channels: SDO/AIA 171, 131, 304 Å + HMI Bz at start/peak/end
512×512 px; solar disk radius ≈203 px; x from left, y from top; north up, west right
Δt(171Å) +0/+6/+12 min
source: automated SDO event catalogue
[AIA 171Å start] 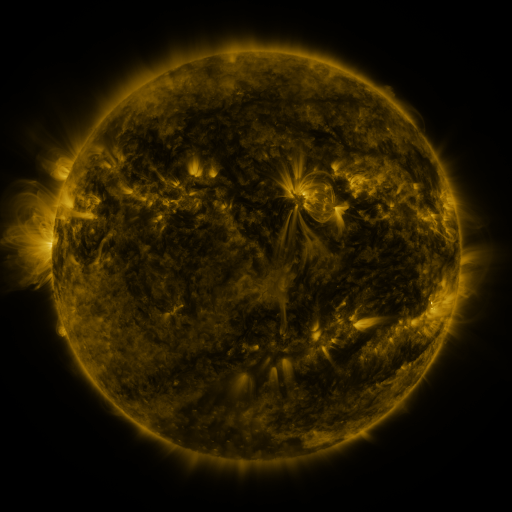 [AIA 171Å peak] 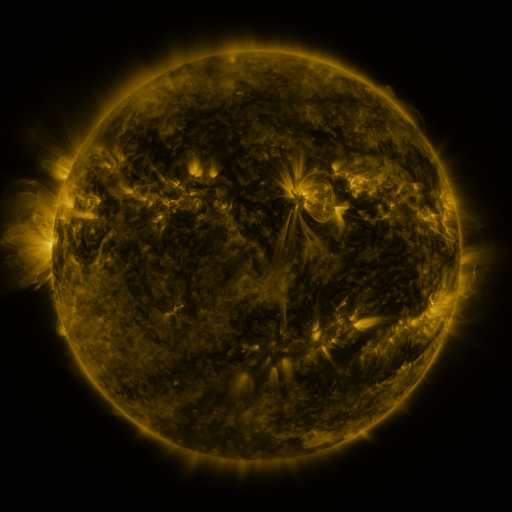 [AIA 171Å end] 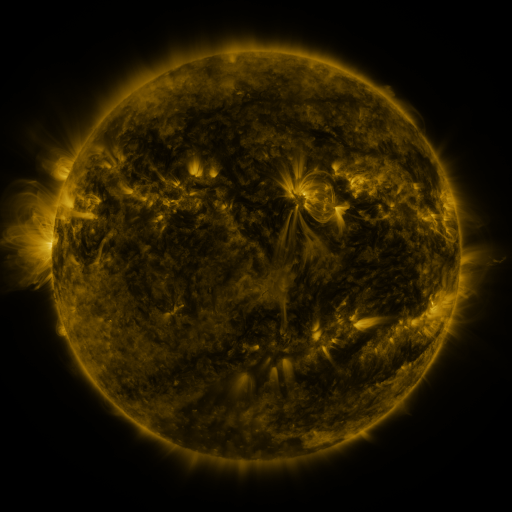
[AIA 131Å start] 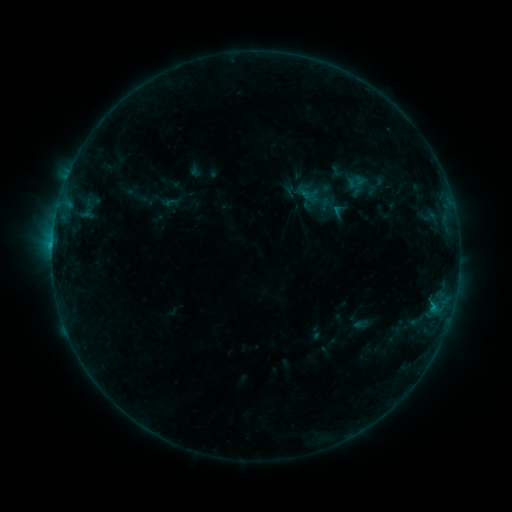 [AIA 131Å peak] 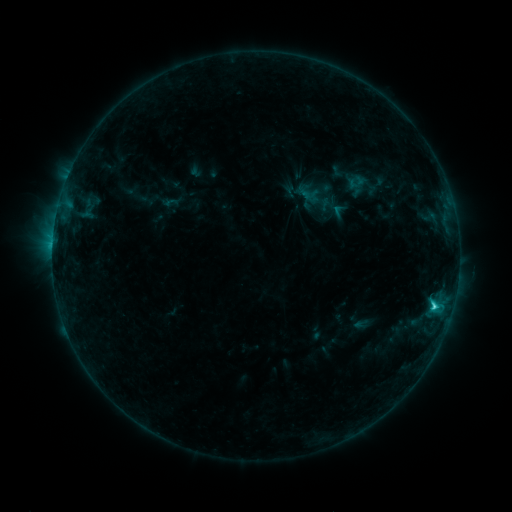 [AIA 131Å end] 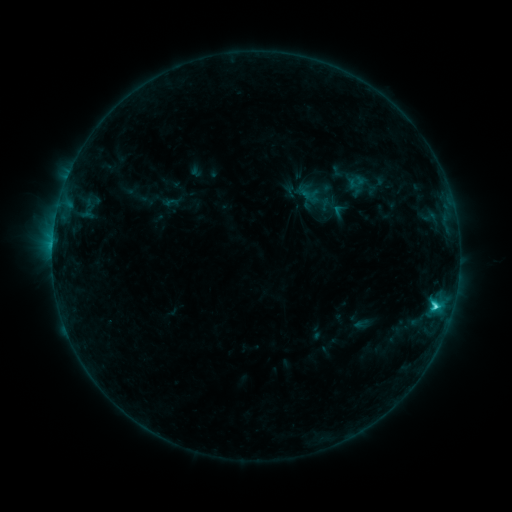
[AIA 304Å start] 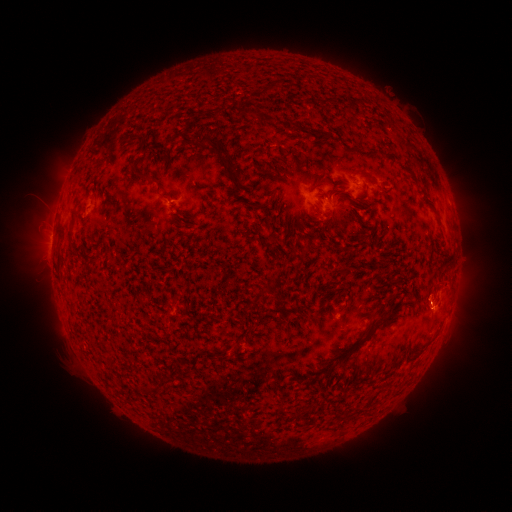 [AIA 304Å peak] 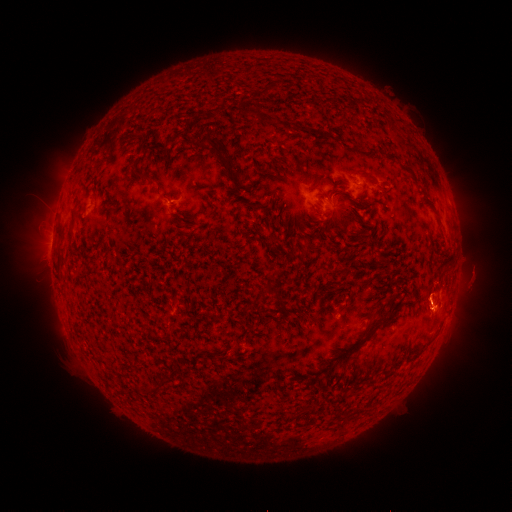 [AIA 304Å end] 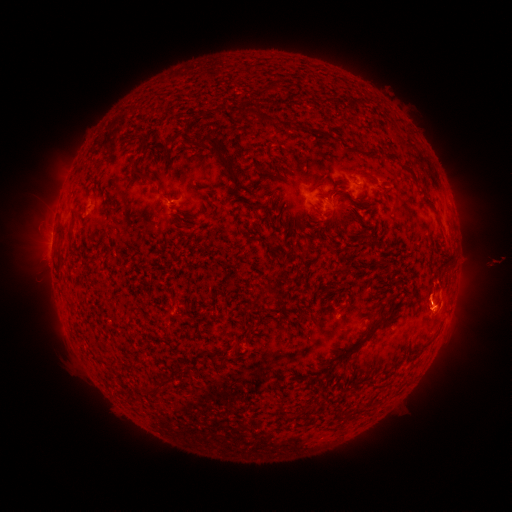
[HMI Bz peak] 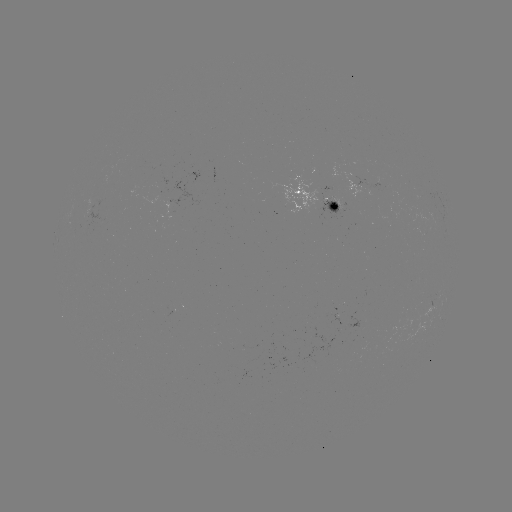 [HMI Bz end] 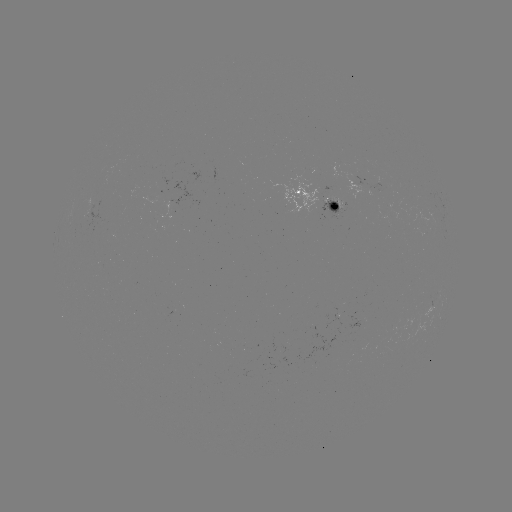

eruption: [414, 257, 490, 316]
